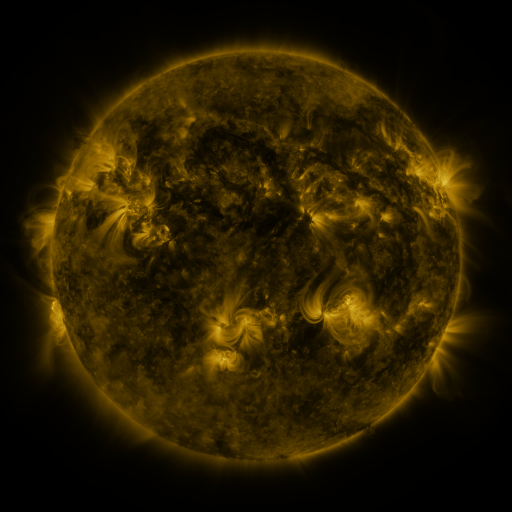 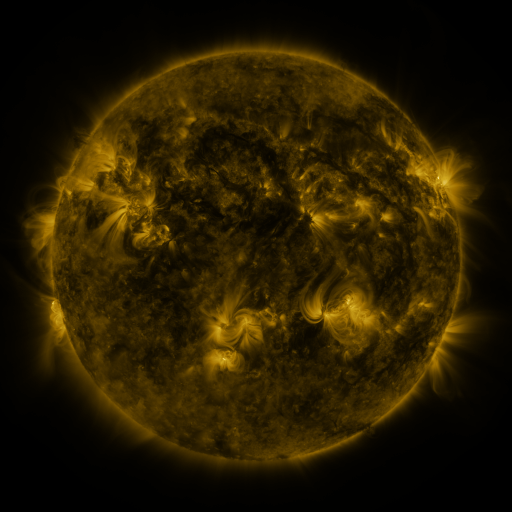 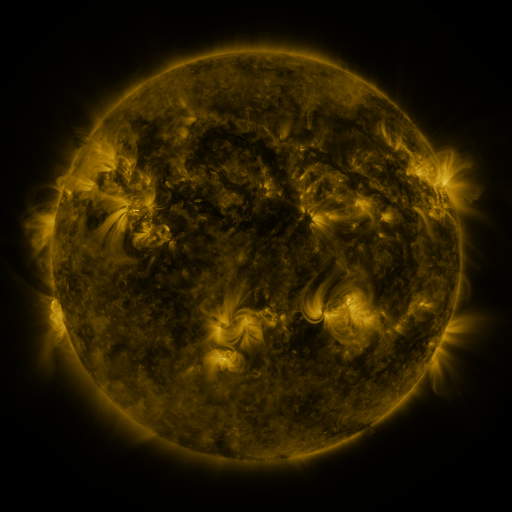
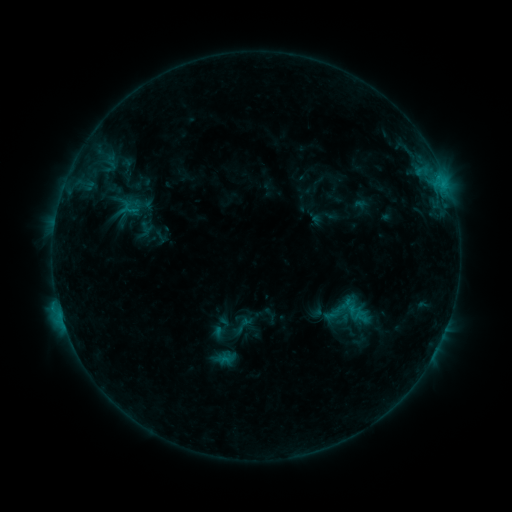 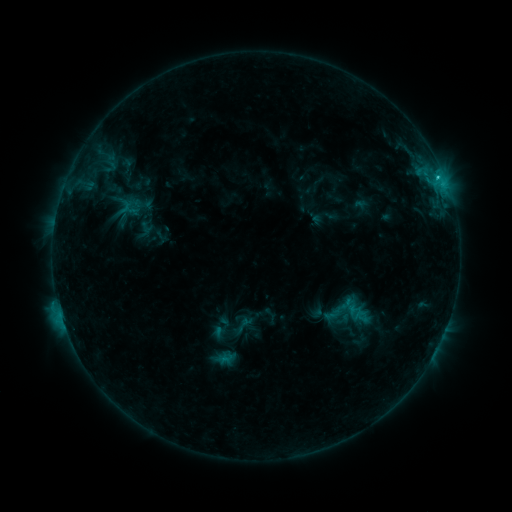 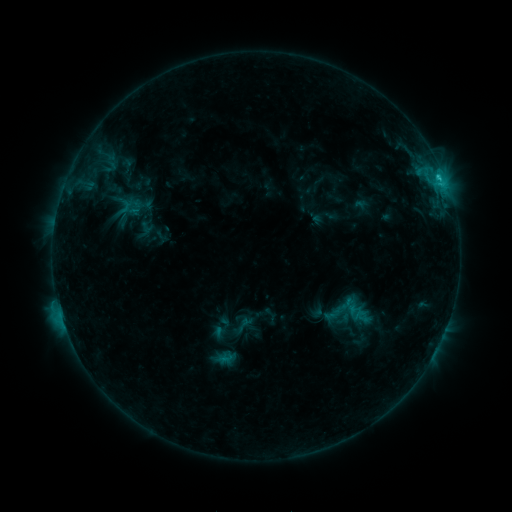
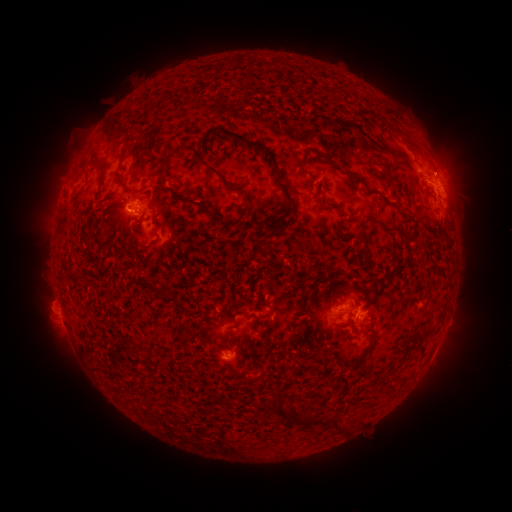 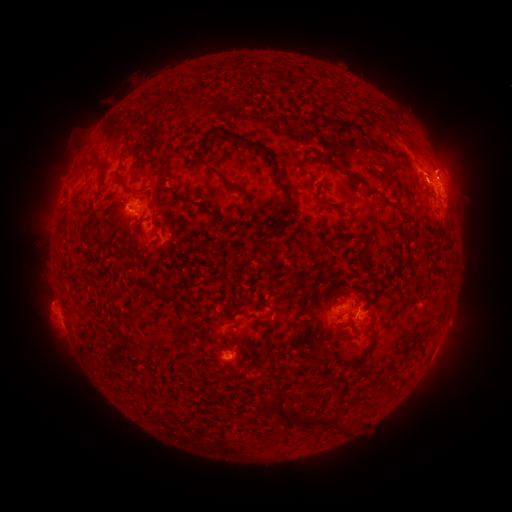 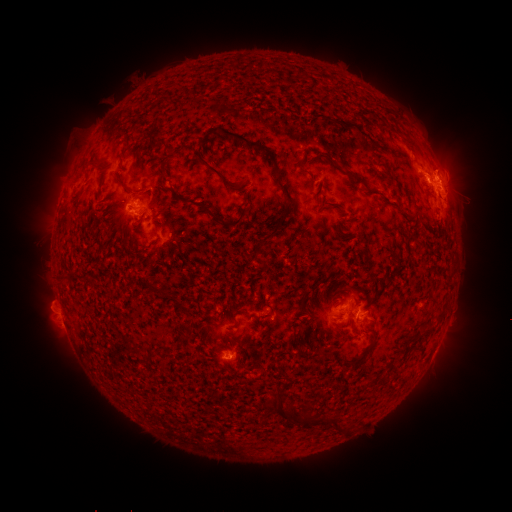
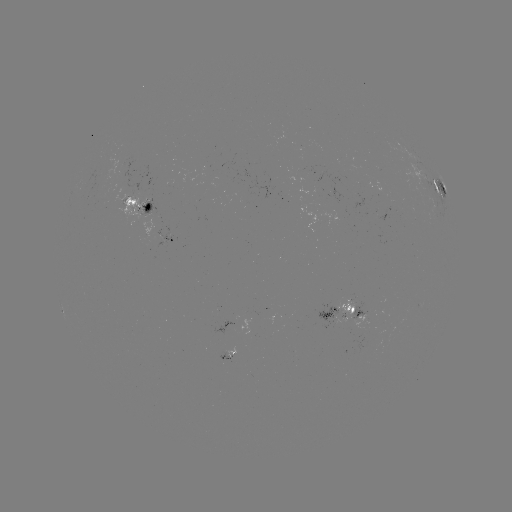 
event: flare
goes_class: C1.8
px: (437, 178)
